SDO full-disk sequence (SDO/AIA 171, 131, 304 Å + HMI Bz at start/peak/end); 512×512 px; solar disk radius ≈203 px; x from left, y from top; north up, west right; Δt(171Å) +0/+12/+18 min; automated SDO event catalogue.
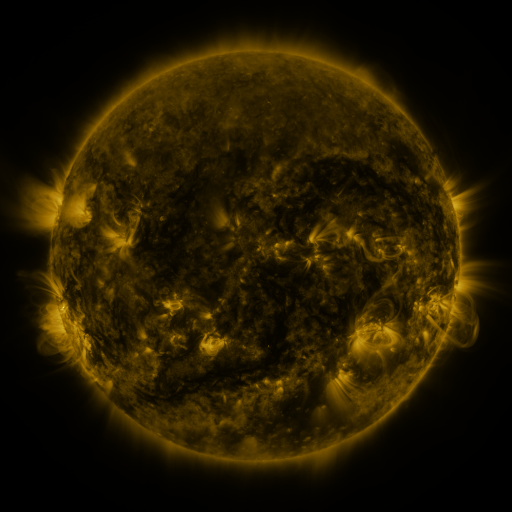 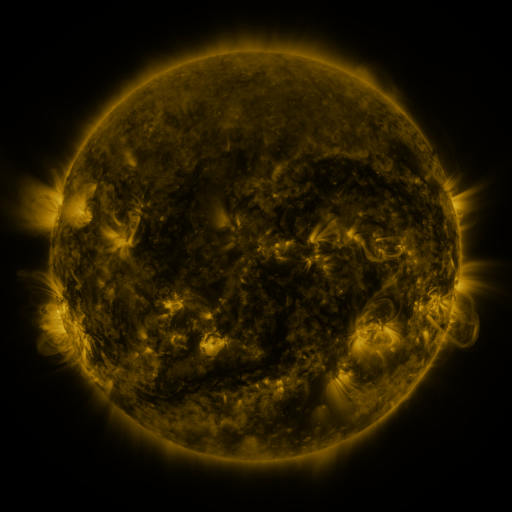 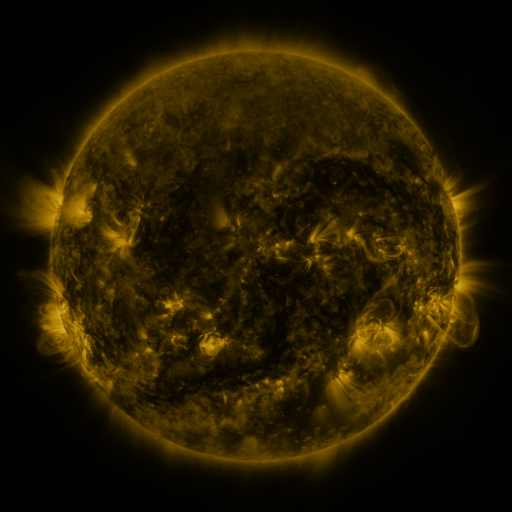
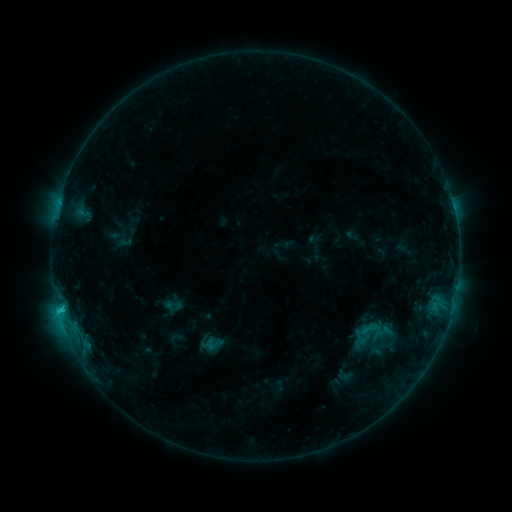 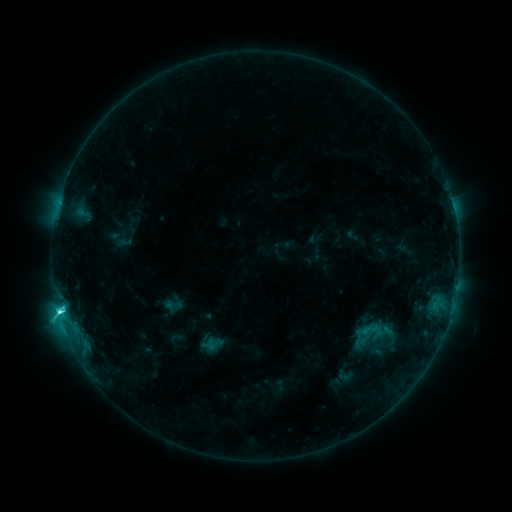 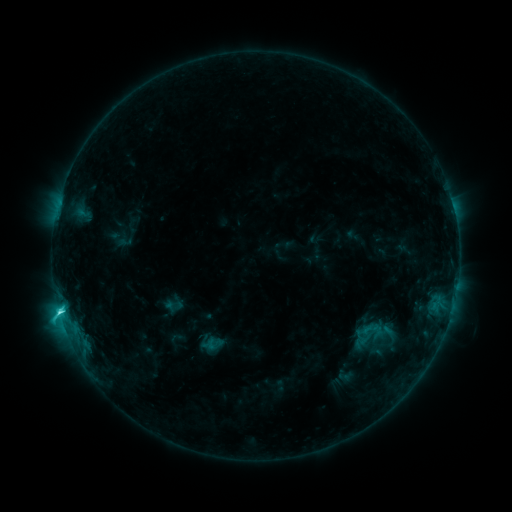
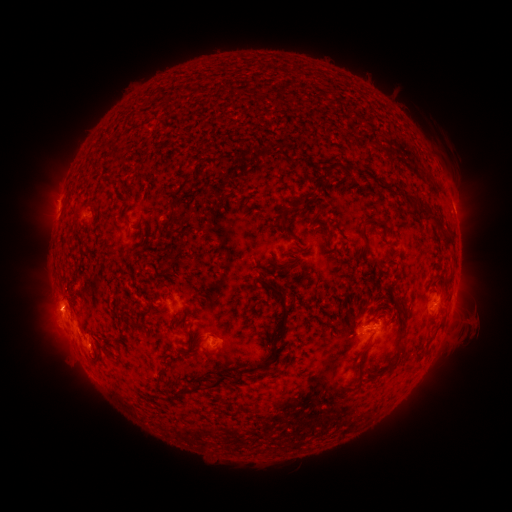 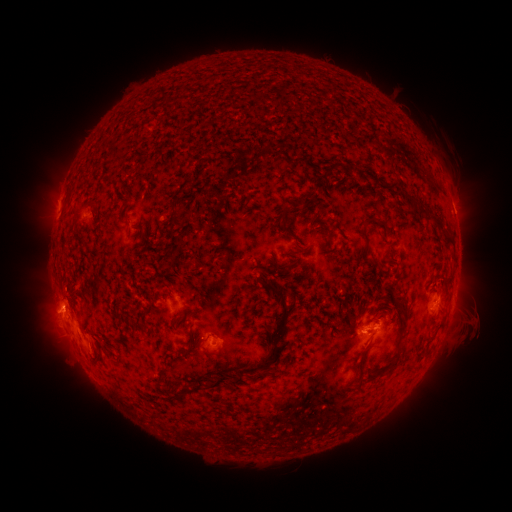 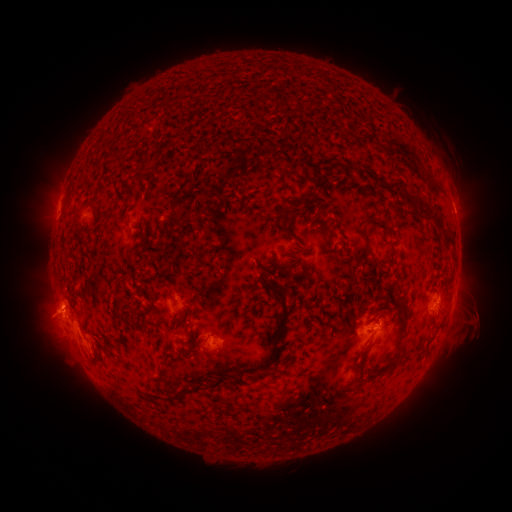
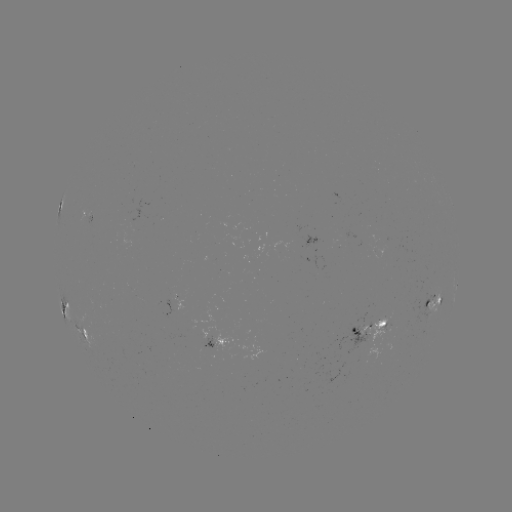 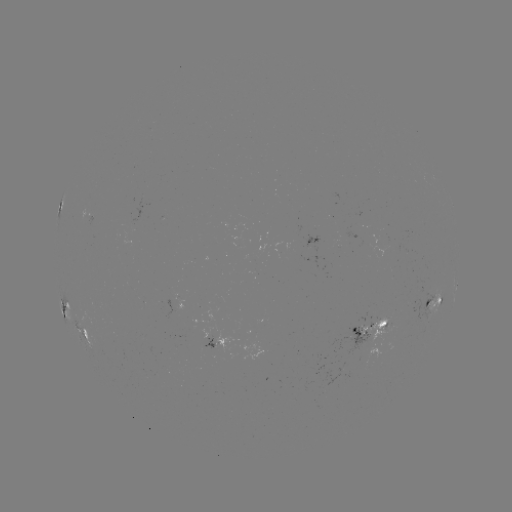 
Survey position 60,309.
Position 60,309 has C3.9 flare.